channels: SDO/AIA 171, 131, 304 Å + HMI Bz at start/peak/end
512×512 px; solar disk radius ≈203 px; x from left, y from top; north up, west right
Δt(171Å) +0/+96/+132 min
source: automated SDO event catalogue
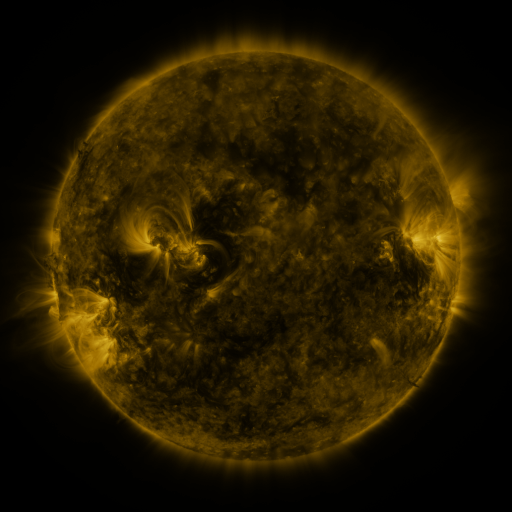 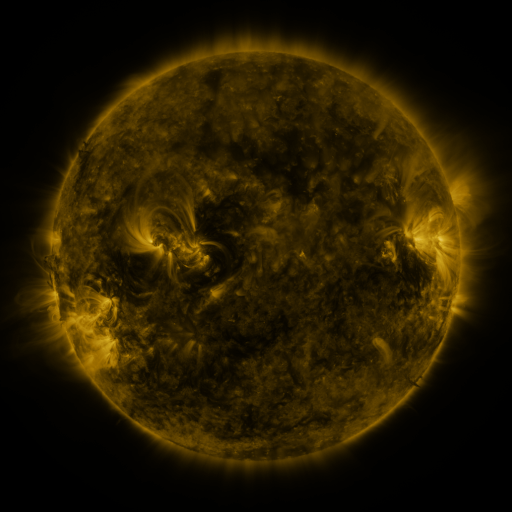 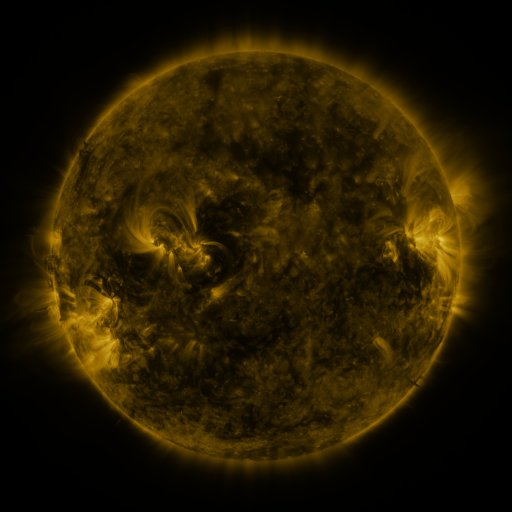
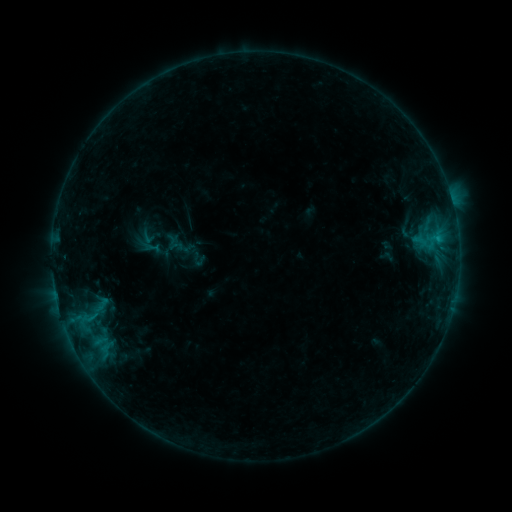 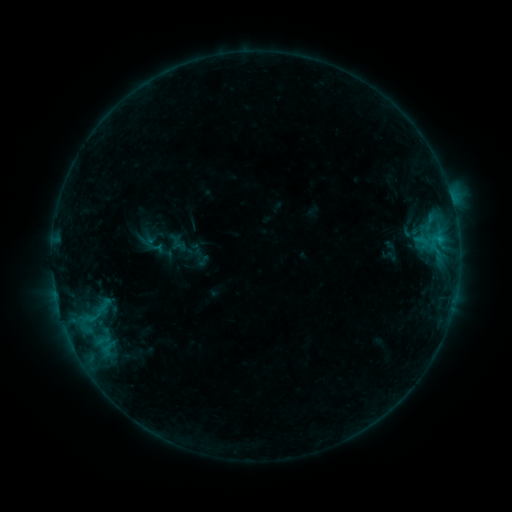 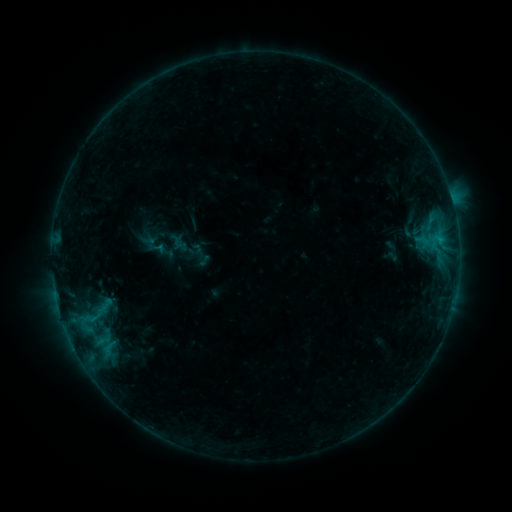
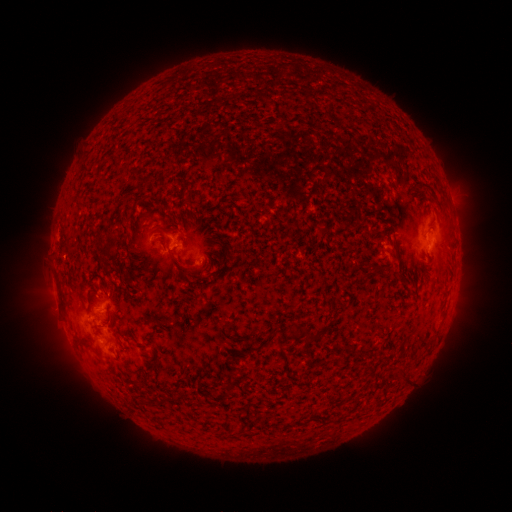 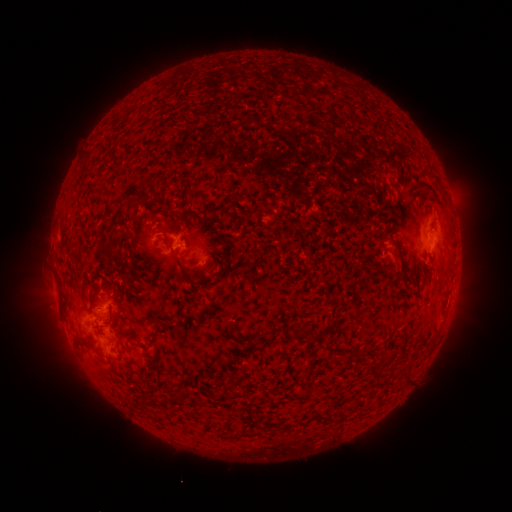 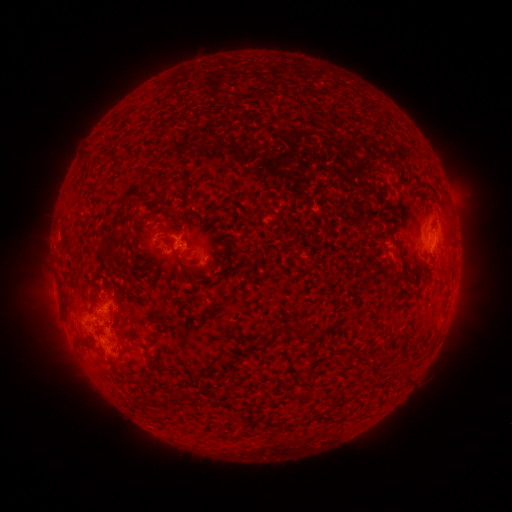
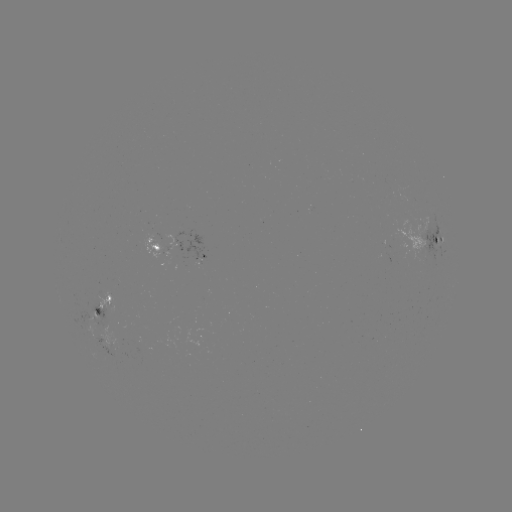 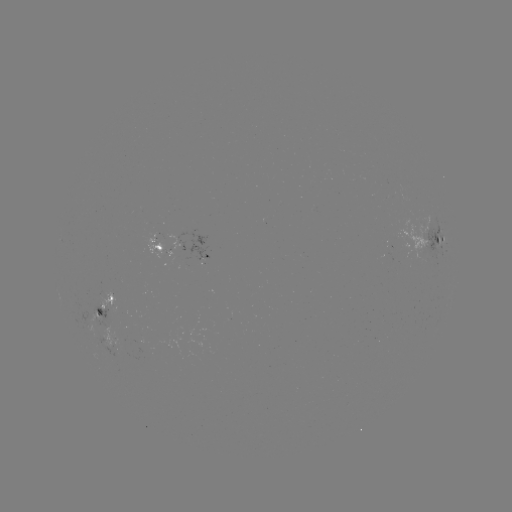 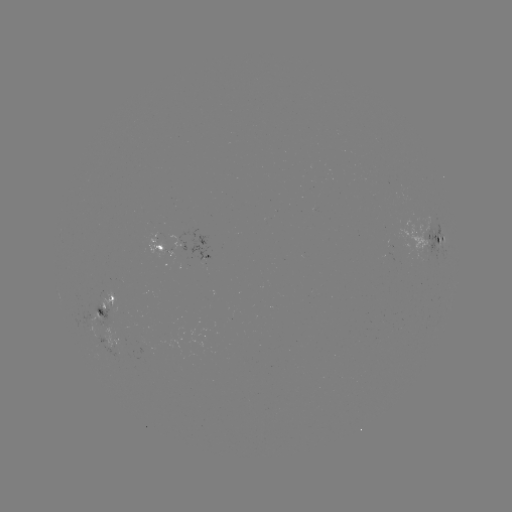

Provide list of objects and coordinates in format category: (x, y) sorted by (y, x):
emerging-flux region: (136, 346)
